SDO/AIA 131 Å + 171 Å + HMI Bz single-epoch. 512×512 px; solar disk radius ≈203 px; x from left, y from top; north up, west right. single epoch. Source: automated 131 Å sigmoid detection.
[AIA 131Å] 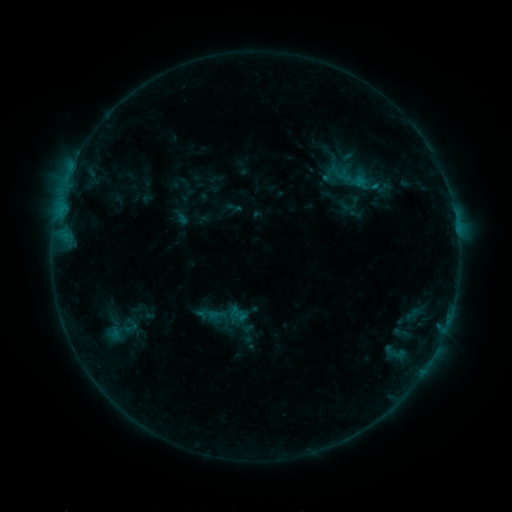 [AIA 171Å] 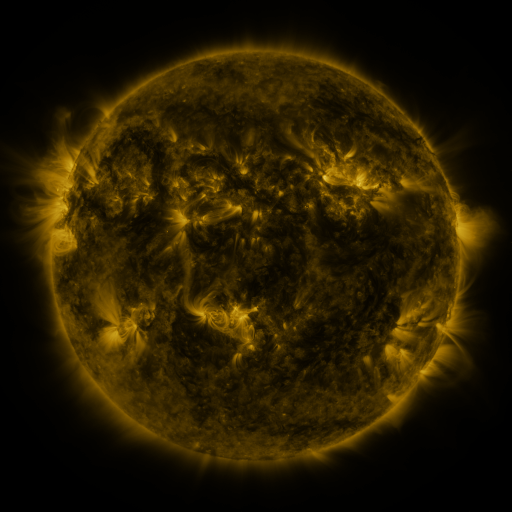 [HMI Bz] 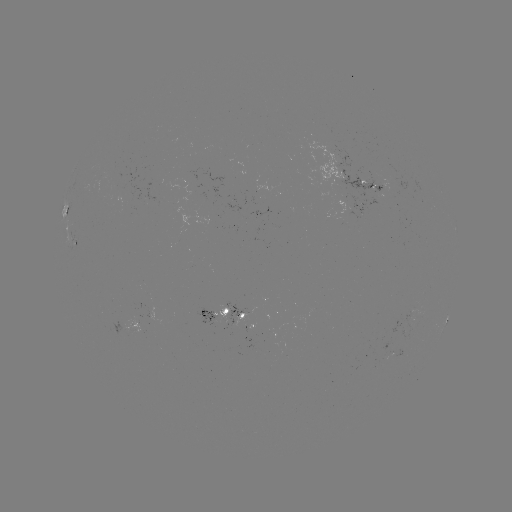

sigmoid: [333, 167, 357, 185]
